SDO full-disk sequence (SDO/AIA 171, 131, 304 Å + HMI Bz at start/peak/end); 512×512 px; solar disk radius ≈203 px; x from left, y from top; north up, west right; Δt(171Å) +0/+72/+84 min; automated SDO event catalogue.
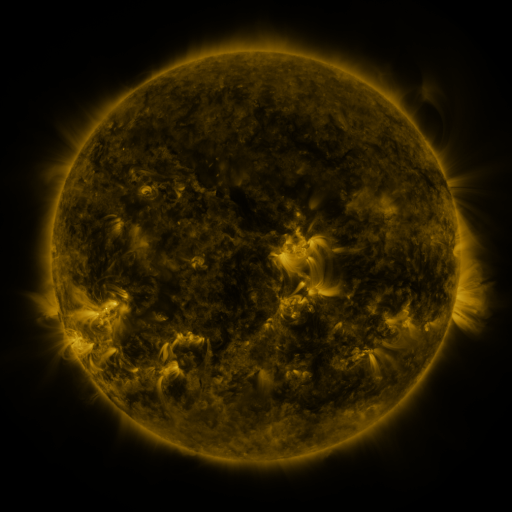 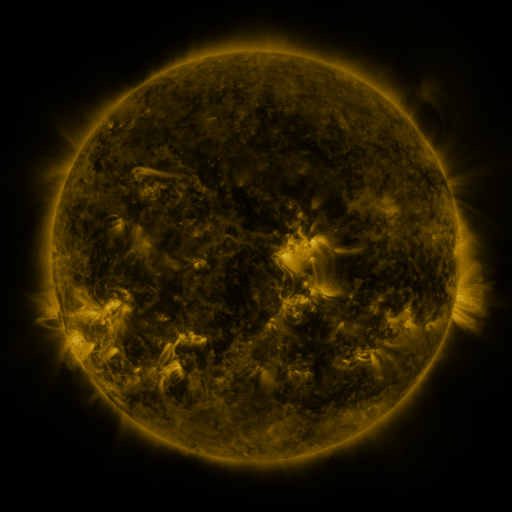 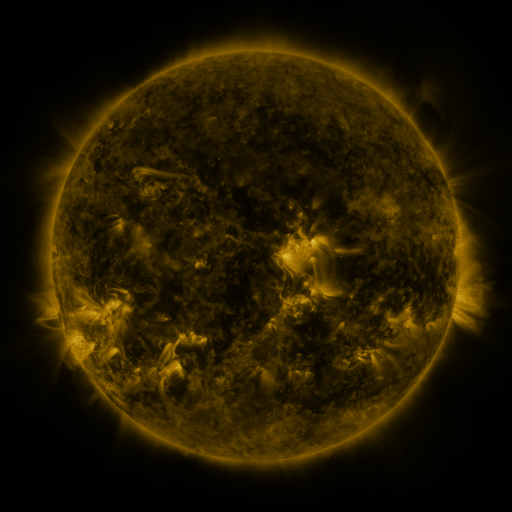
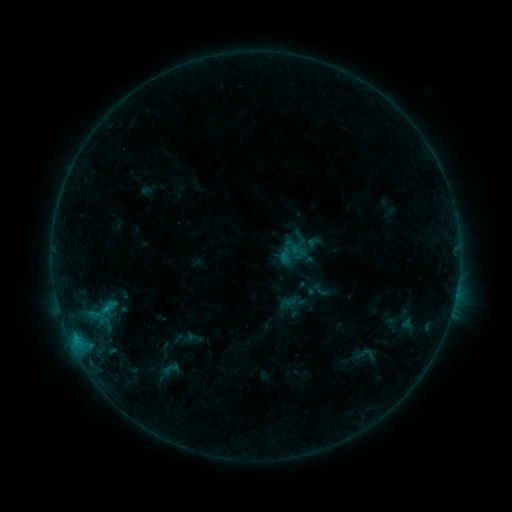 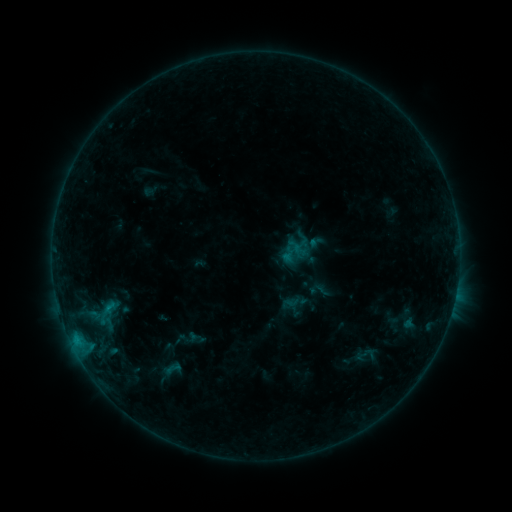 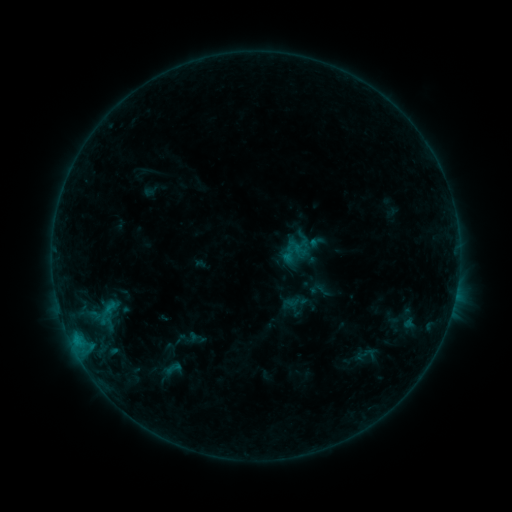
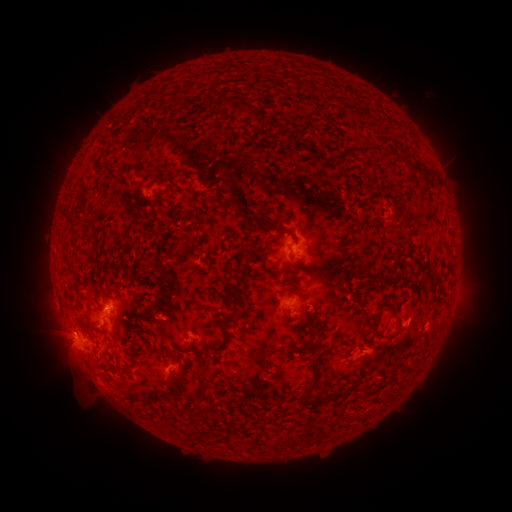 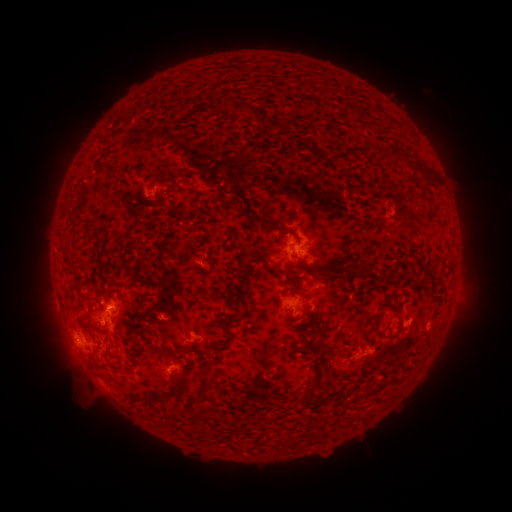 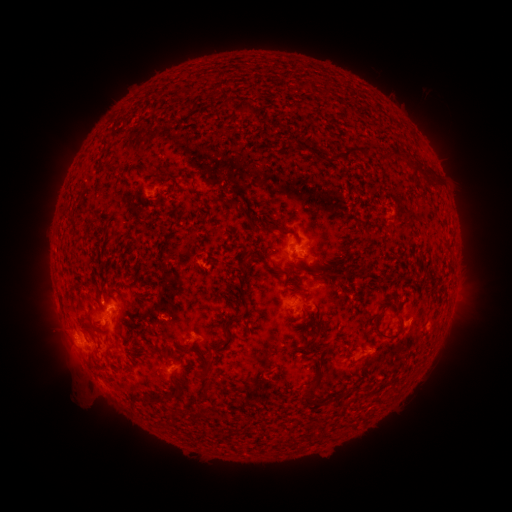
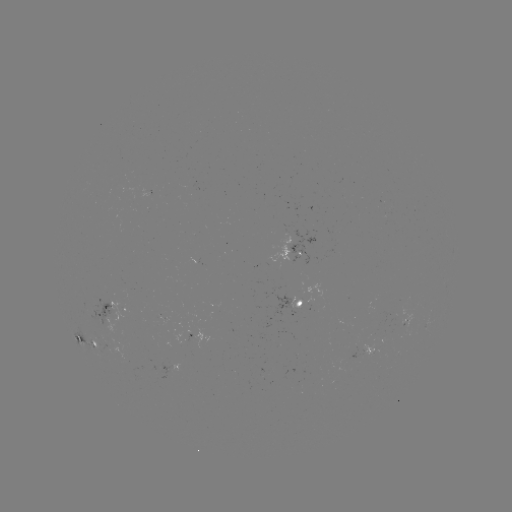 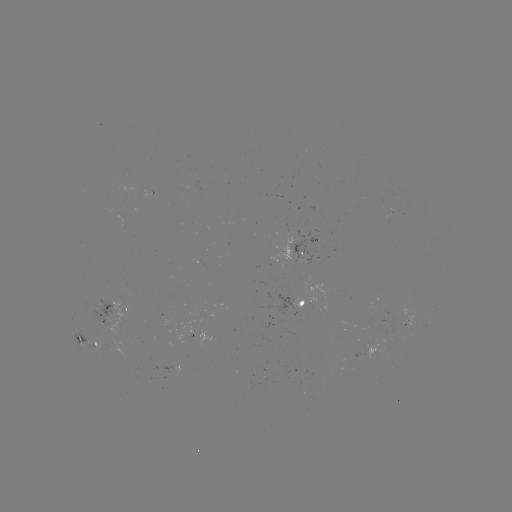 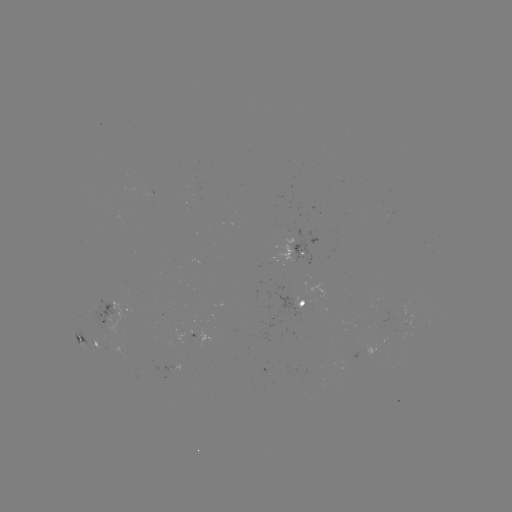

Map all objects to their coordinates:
emerging-flux region: (106, 344)
